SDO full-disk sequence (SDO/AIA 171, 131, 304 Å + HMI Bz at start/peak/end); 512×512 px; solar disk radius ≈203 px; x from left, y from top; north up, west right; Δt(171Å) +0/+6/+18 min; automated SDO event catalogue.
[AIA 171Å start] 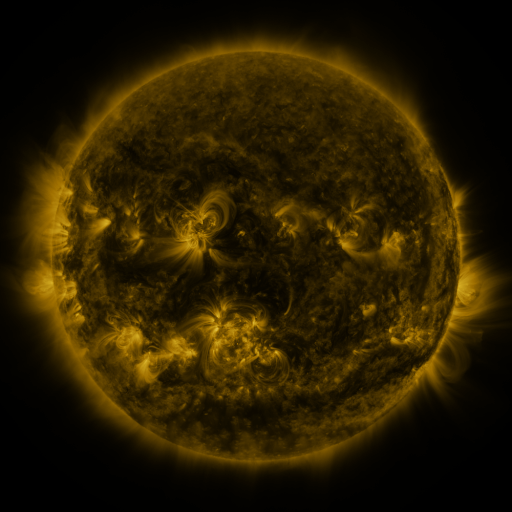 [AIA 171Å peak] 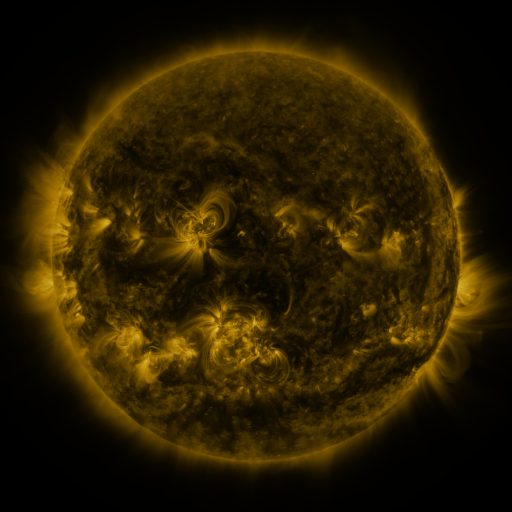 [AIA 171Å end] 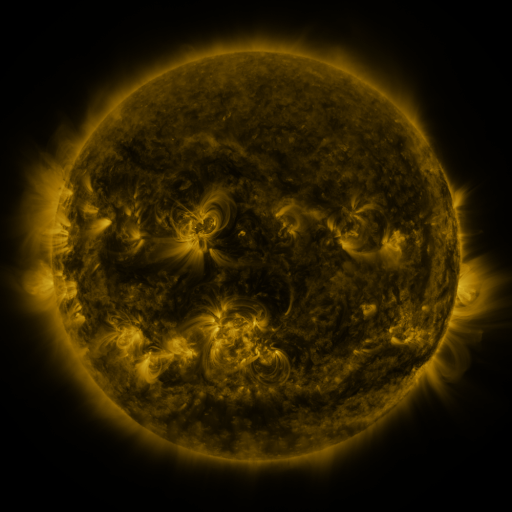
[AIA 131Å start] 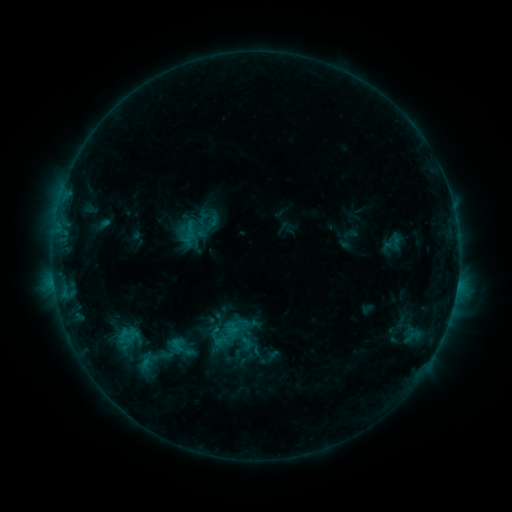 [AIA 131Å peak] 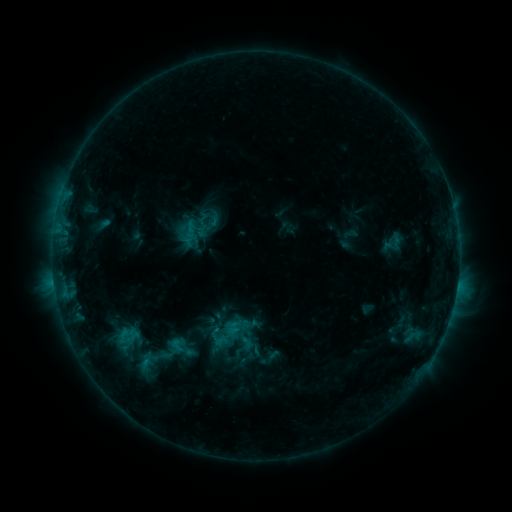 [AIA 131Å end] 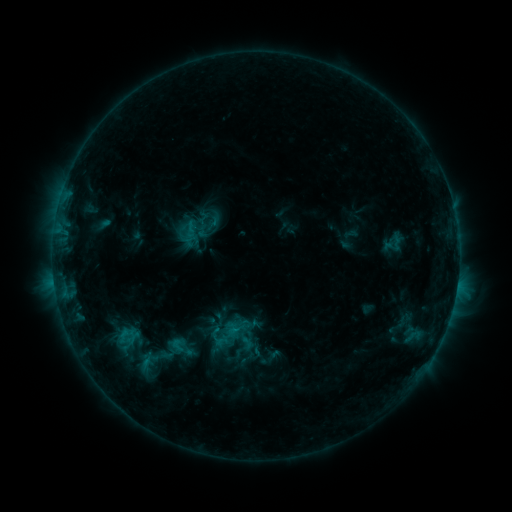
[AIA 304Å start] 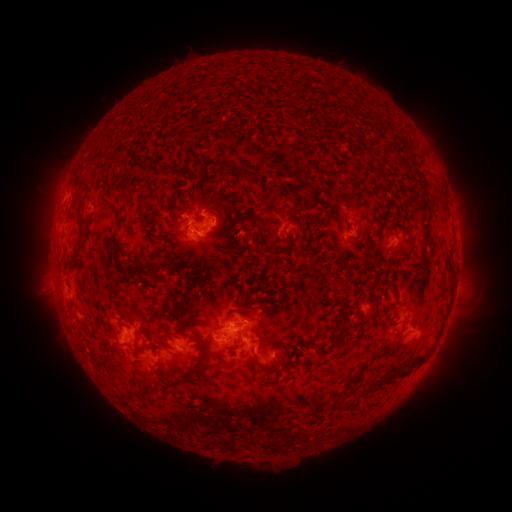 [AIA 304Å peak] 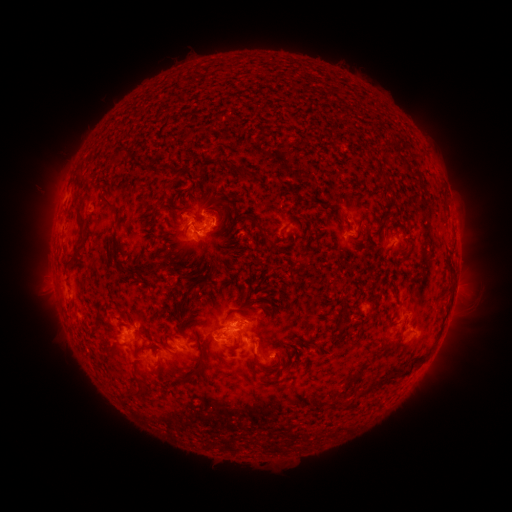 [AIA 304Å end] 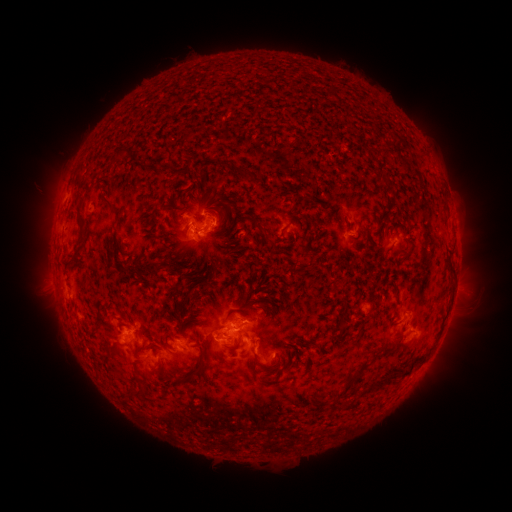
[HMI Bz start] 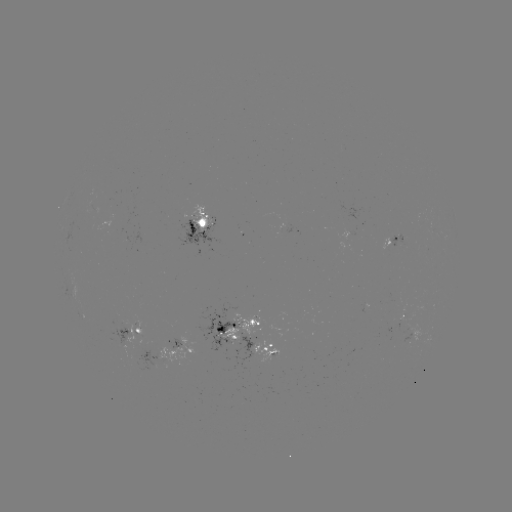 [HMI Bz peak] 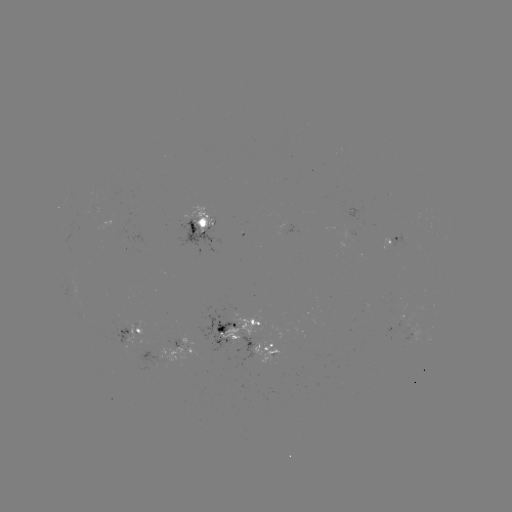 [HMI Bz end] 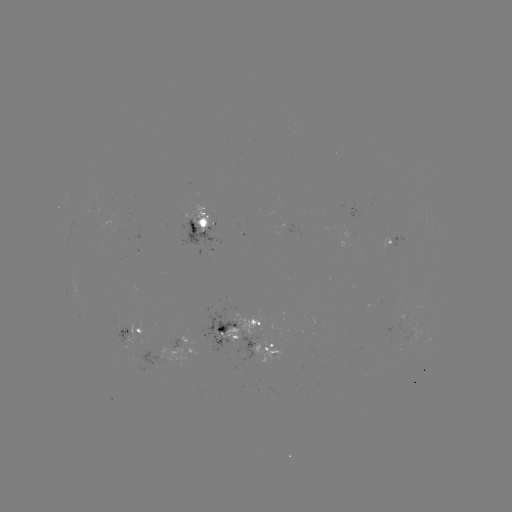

no catalogued flare and no flagged EUV brightening in this window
